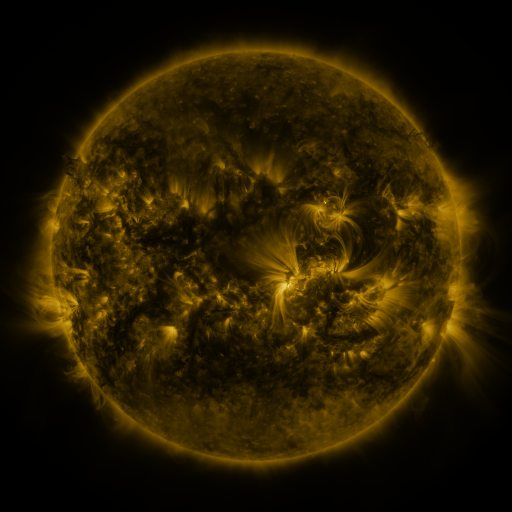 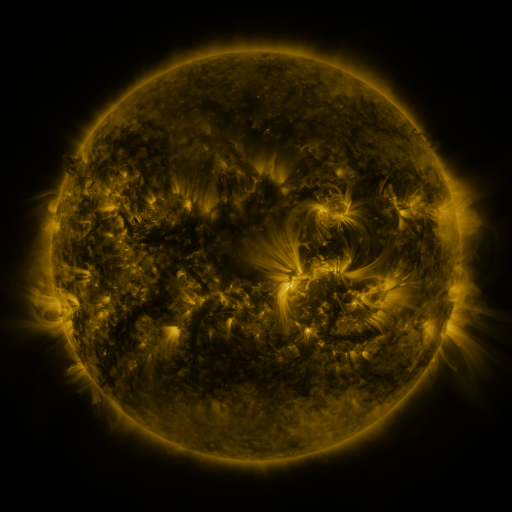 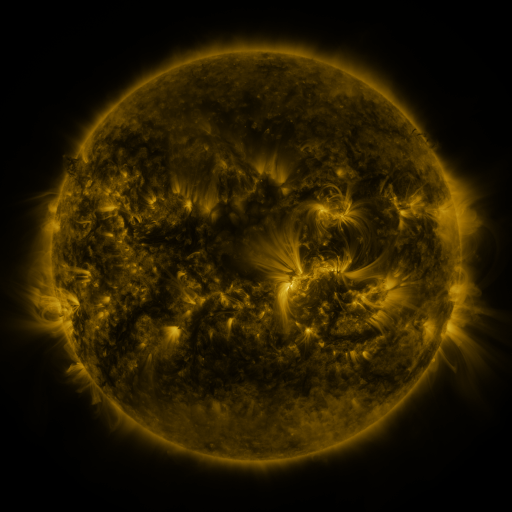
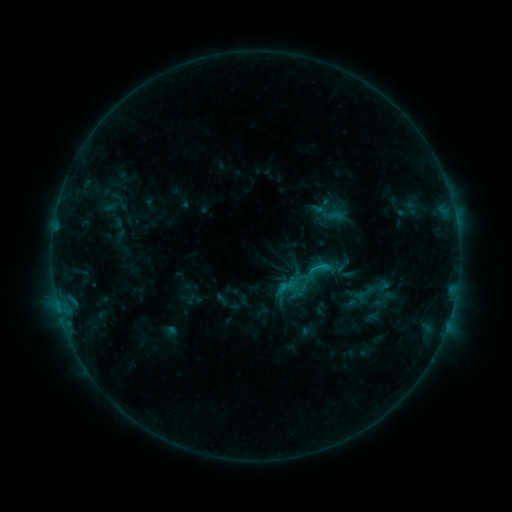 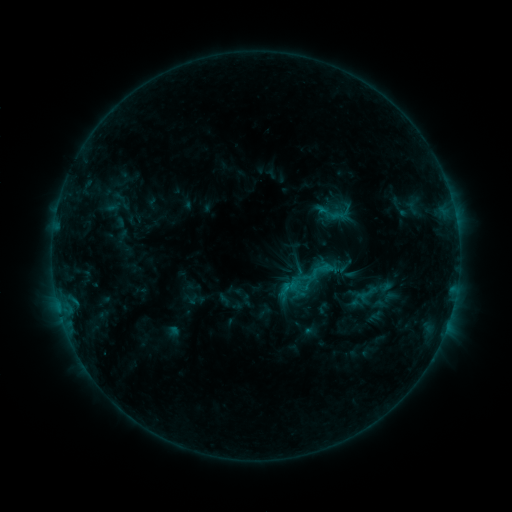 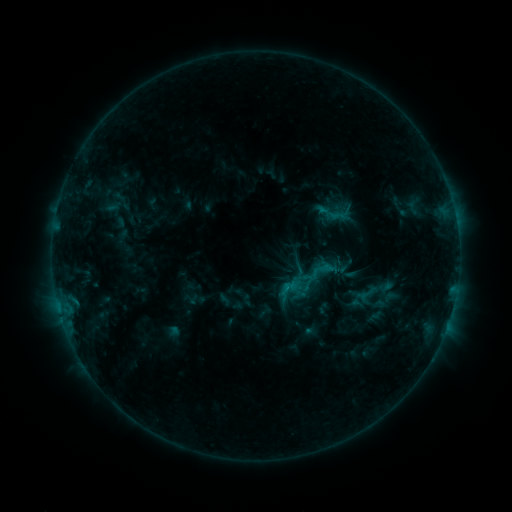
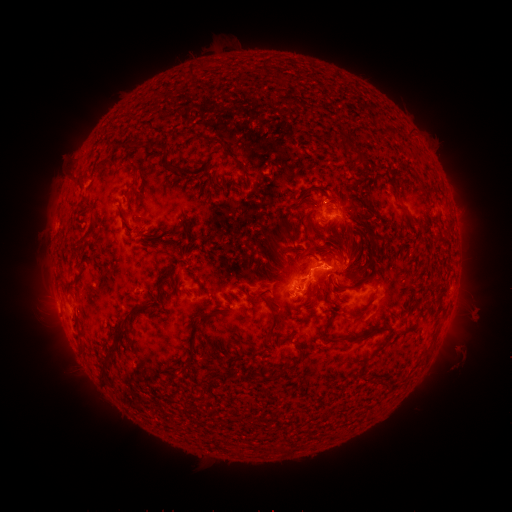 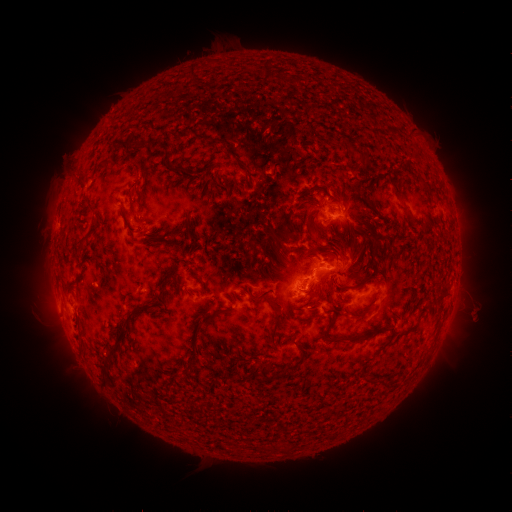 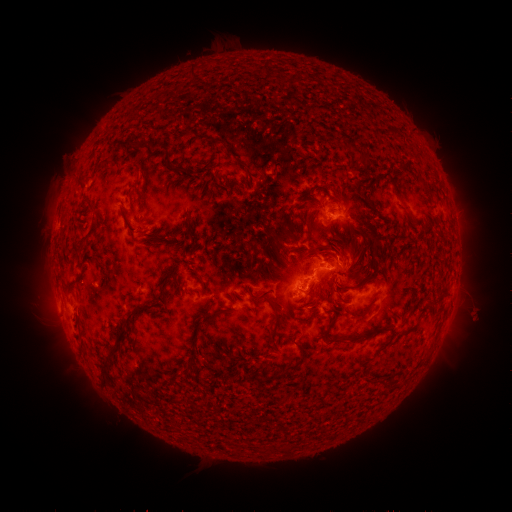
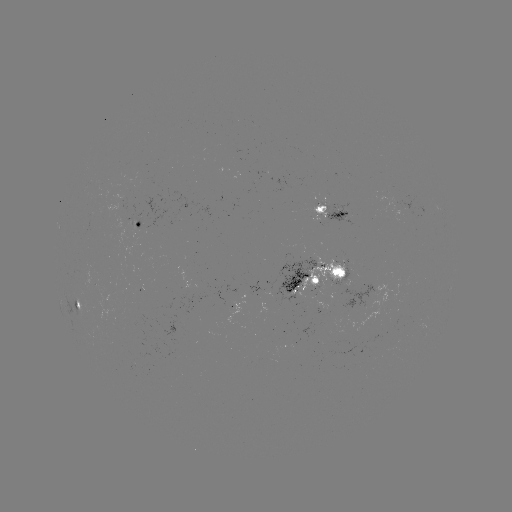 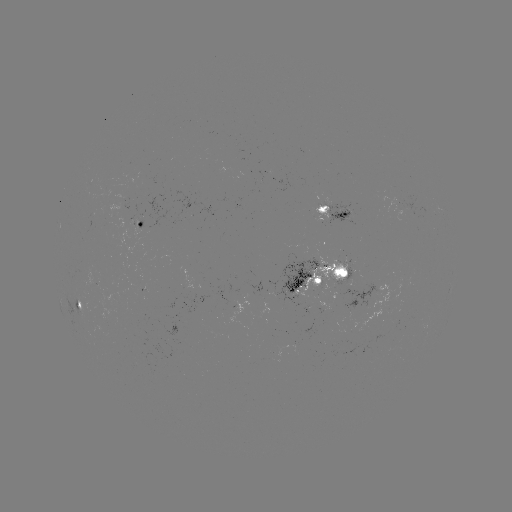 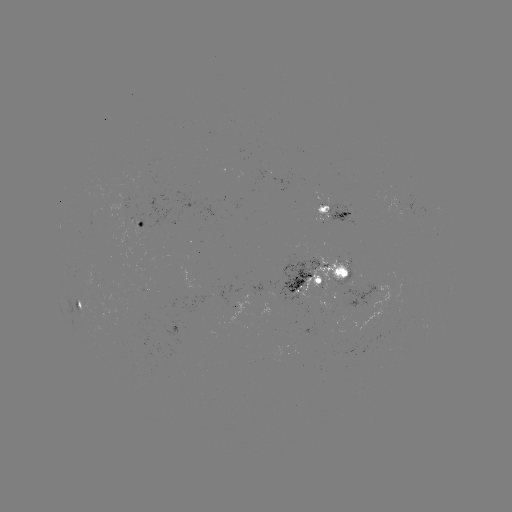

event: emerging-flux region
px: (307, 268)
